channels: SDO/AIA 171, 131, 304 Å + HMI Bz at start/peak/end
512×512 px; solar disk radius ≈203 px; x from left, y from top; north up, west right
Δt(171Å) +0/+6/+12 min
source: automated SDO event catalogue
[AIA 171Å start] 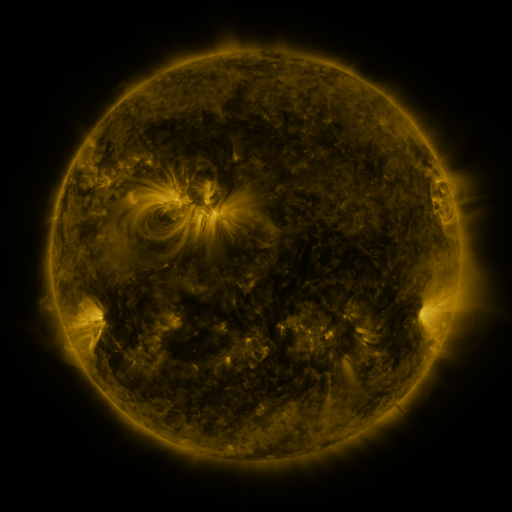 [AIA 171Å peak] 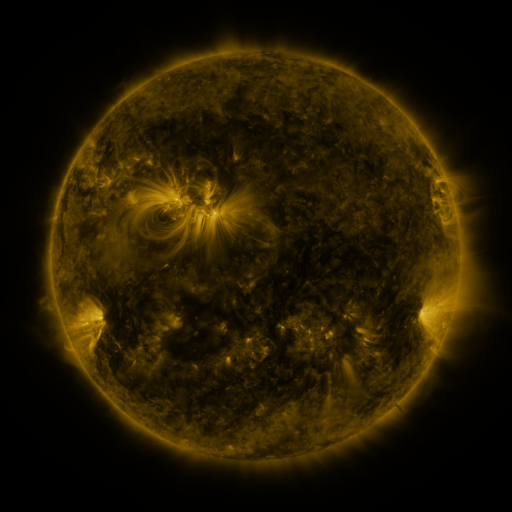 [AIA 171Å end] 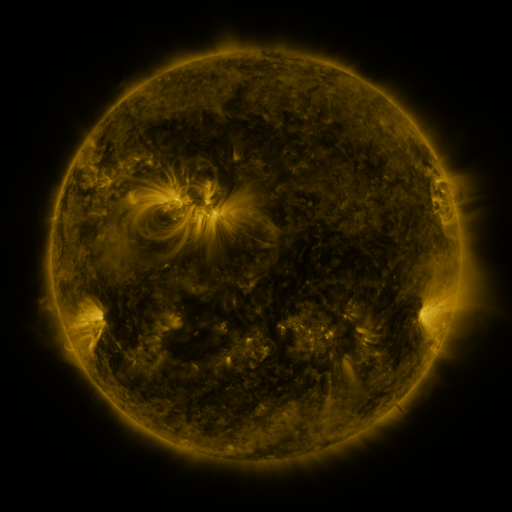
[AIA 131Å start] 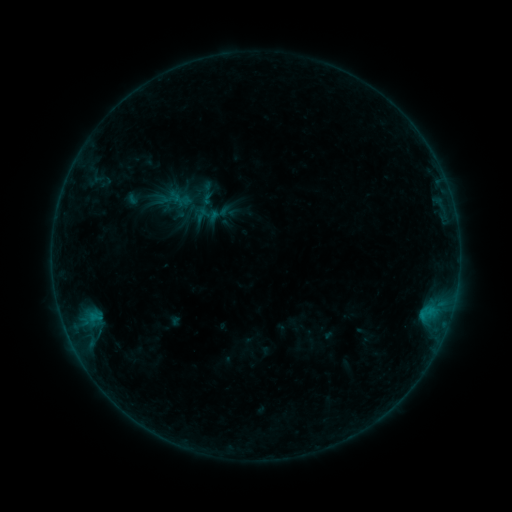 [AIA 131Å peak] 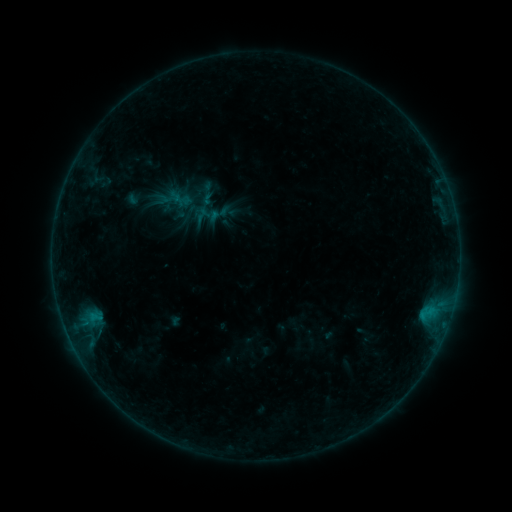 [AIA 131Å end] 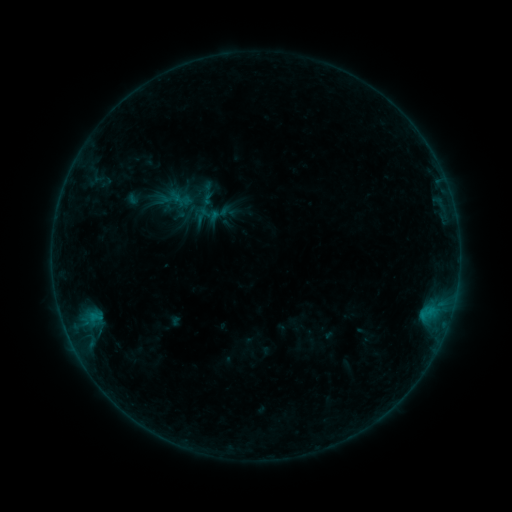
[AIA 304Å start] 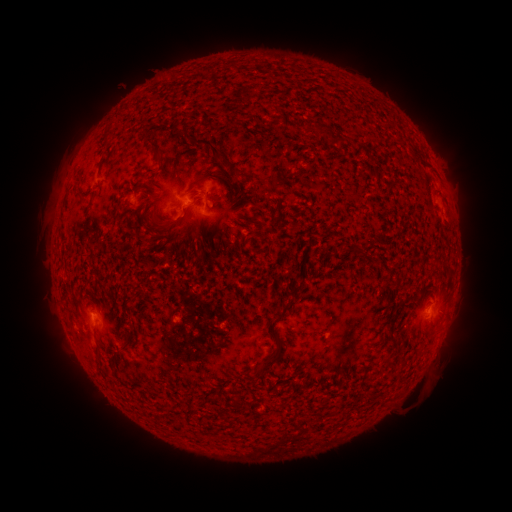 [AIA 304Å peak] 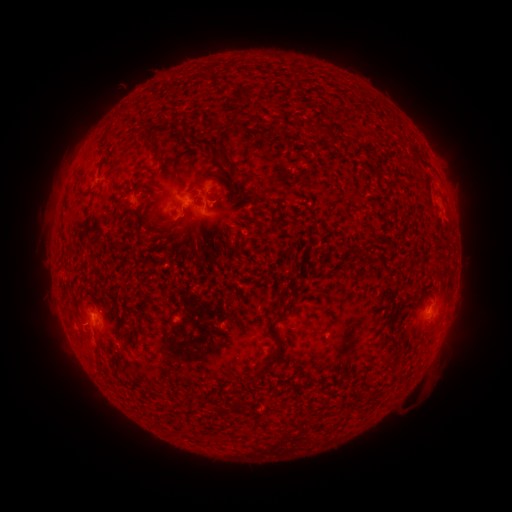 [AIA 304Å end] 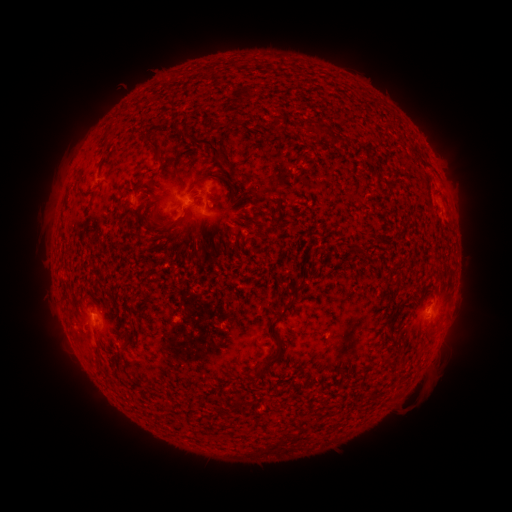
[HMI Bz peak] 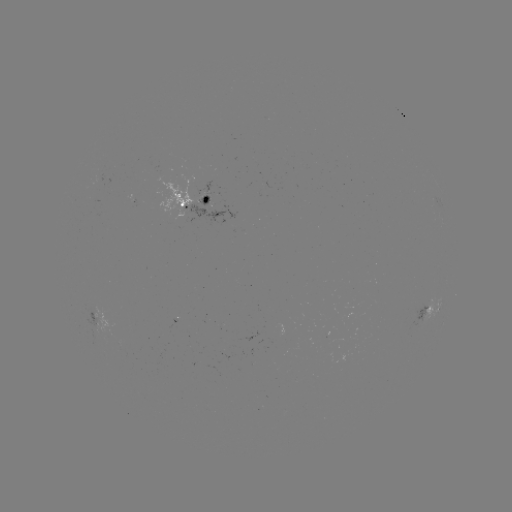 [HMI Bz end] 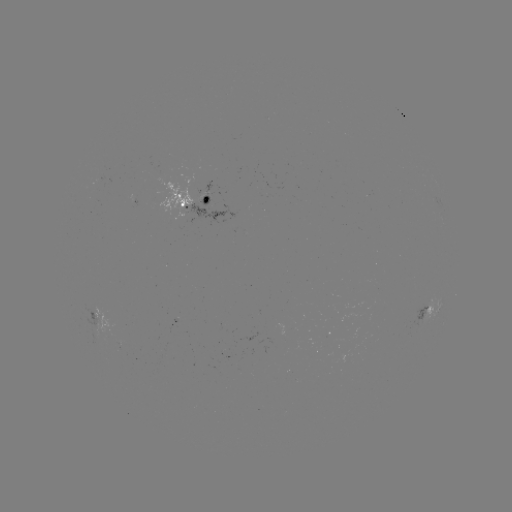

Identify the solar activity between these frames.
nothing was catalogued: no classed flare, no EUV trigger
